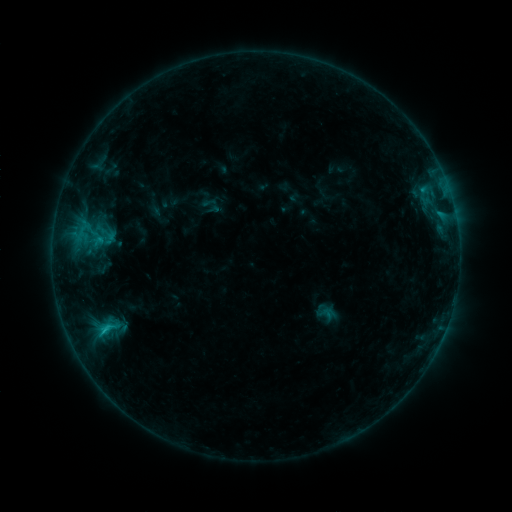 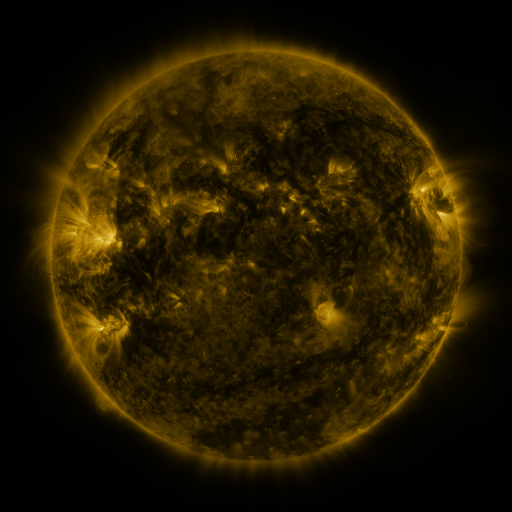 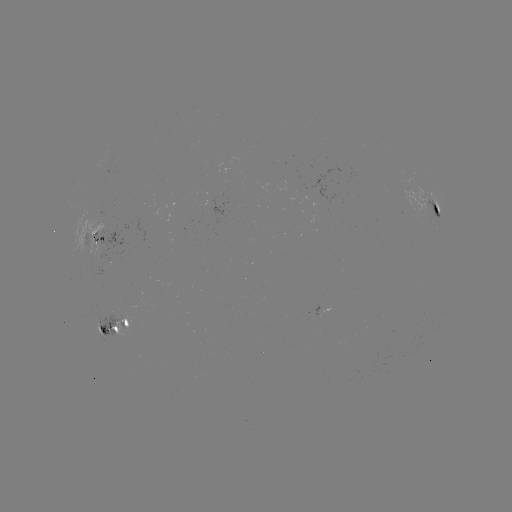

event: sigmoid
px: (96, 242)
